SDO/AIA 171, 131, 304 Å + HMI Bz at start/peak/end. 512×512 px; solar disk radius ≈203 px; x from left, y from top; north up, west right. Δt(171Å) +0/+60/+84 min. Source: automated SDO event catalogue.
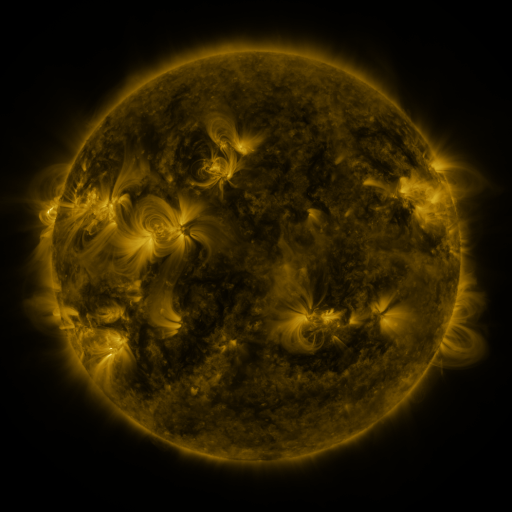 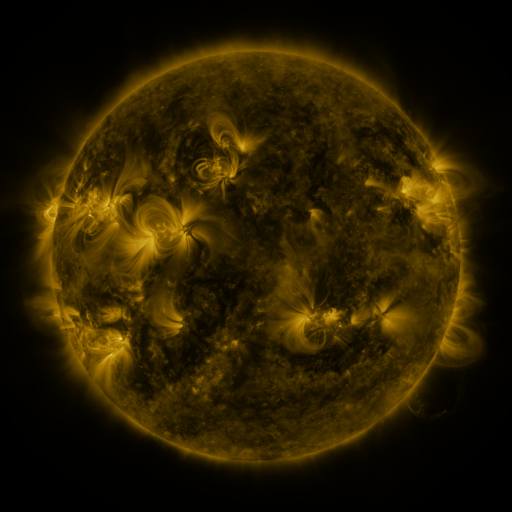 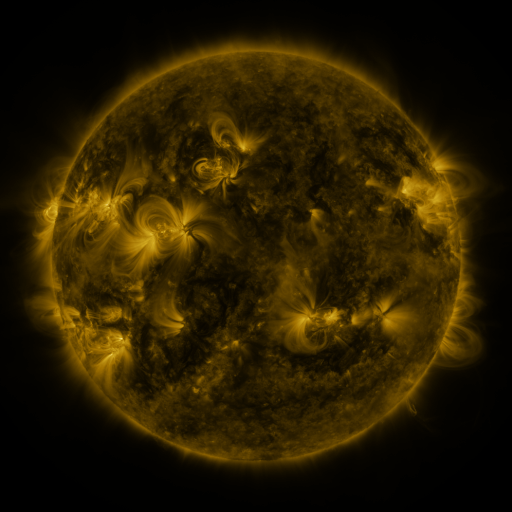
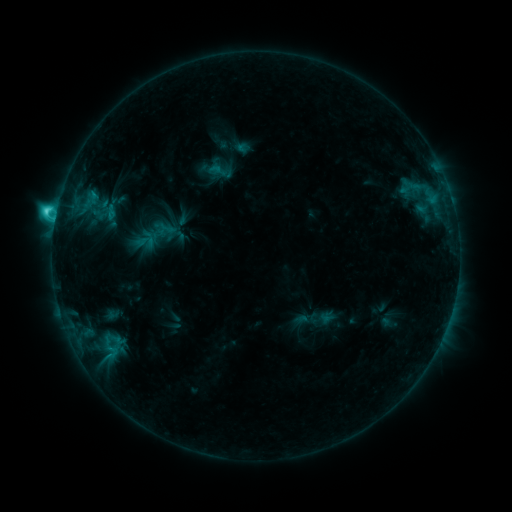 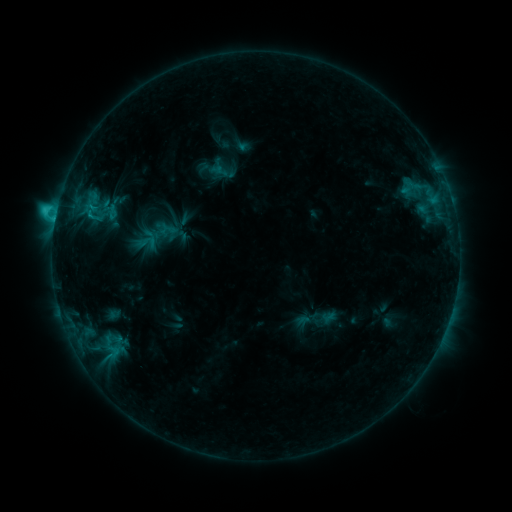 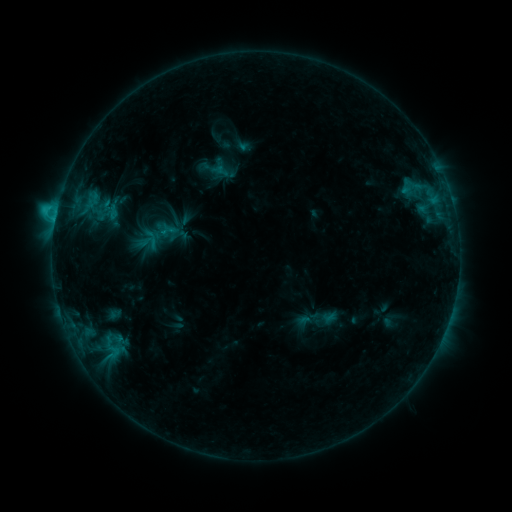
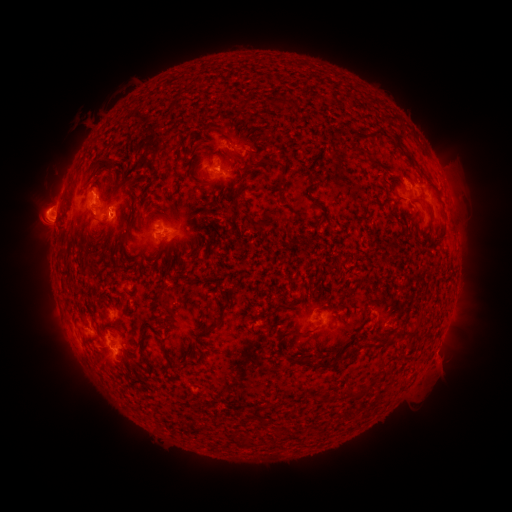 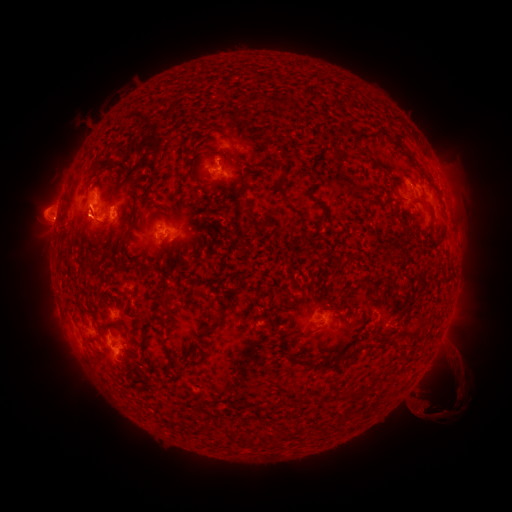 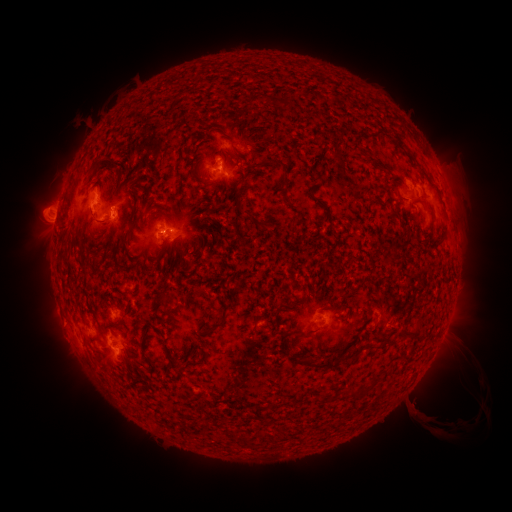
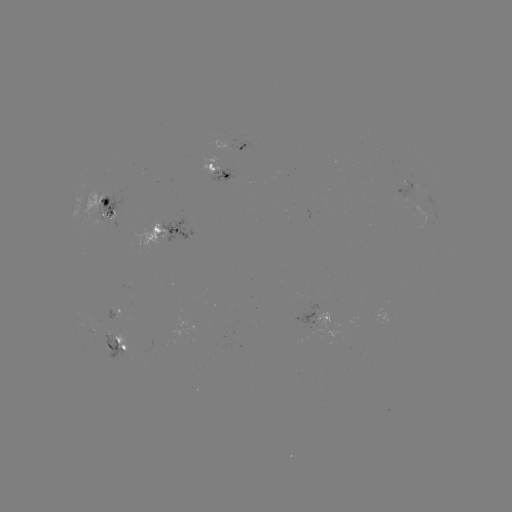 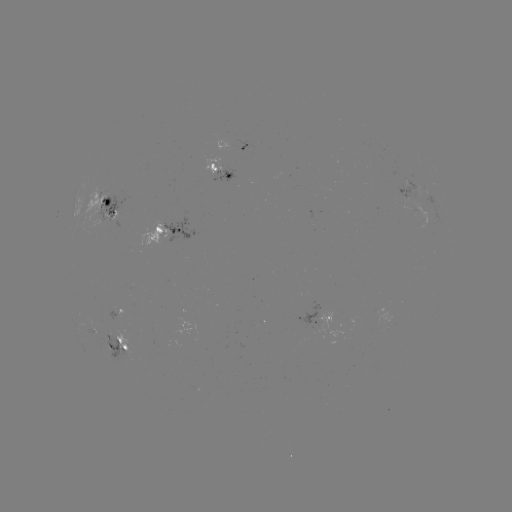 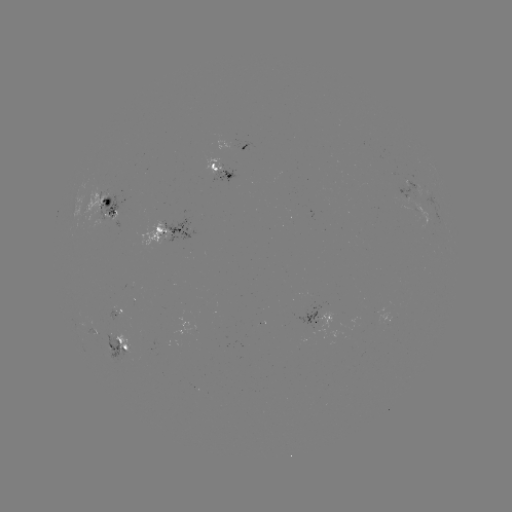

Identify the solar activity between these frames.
emerging-flux region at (320, 321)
